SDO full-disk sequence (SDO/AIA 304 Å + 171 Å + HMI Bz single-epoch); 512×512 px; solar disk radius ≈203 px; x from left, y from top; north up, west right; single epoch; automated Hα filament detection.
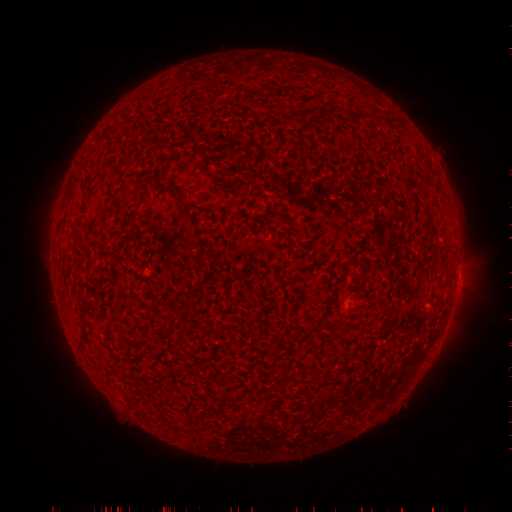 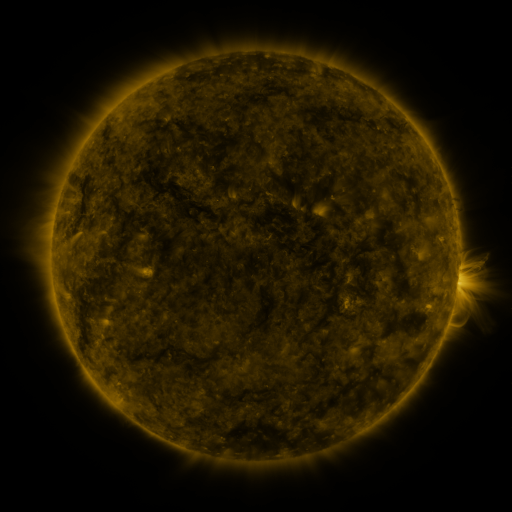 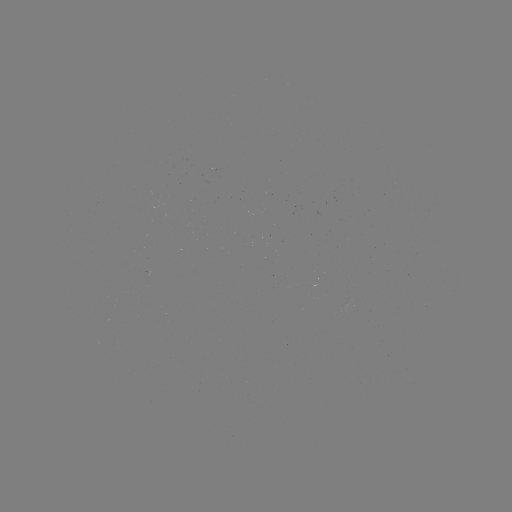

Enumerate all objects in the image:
filament: (259, 87, 267, 98)
filament: (326, 106, 336, 117)
filament: (347, 113, 368, 123)
filament: (377, 114, 388, 123)
filament: (154, 184, 172, 193)
